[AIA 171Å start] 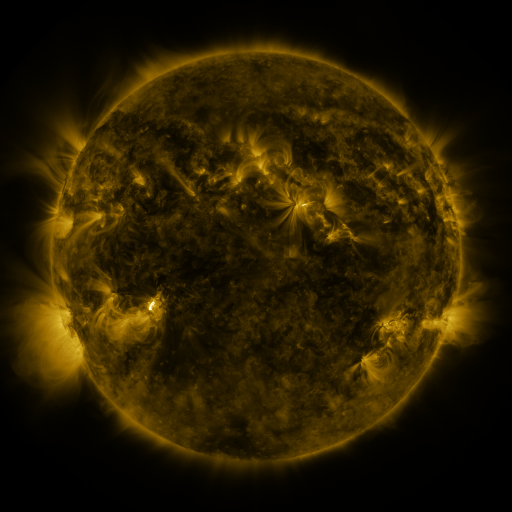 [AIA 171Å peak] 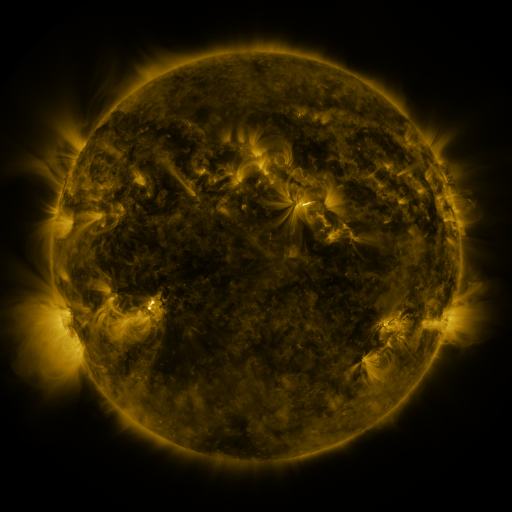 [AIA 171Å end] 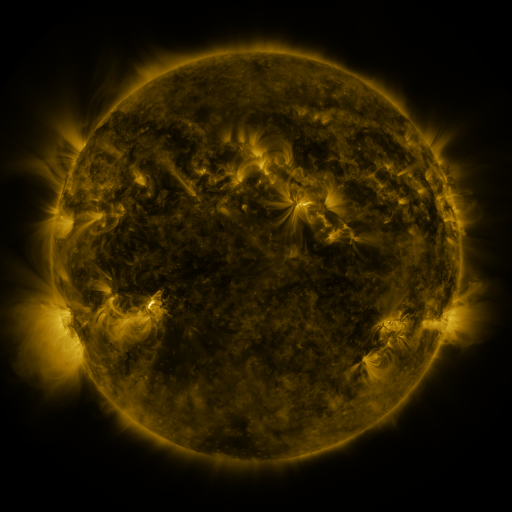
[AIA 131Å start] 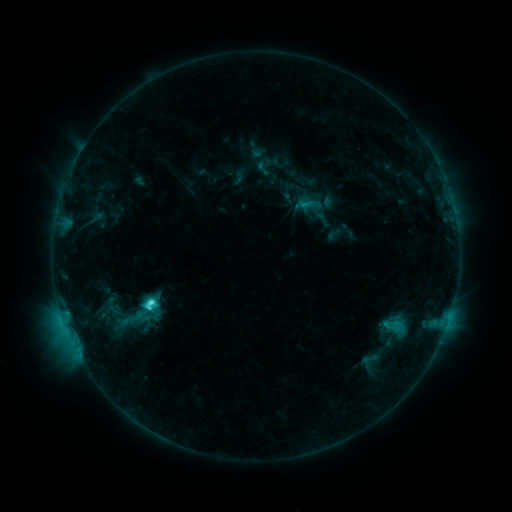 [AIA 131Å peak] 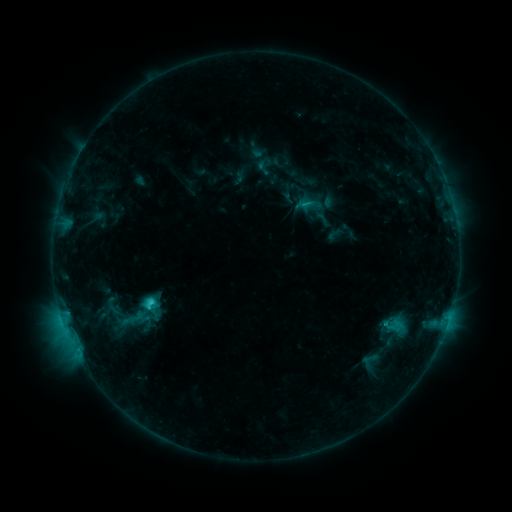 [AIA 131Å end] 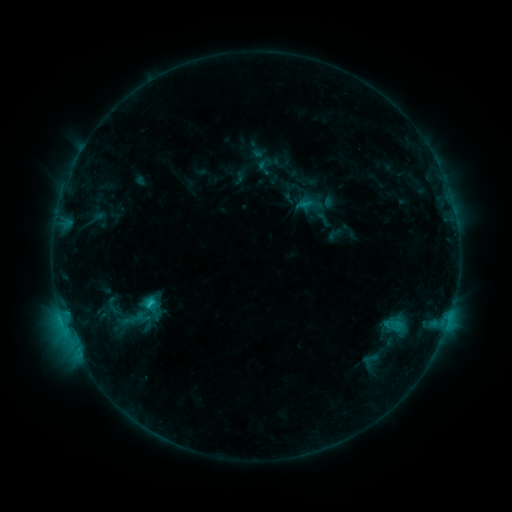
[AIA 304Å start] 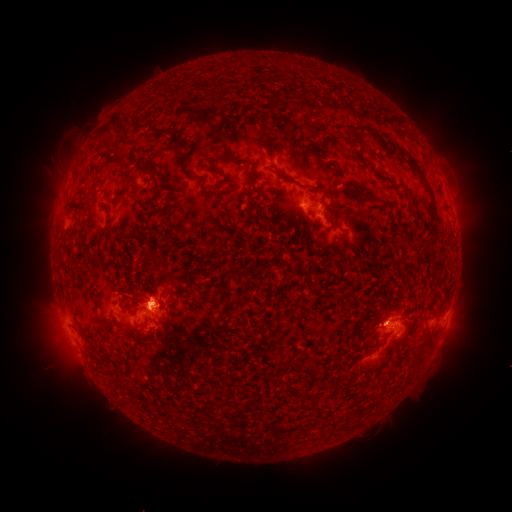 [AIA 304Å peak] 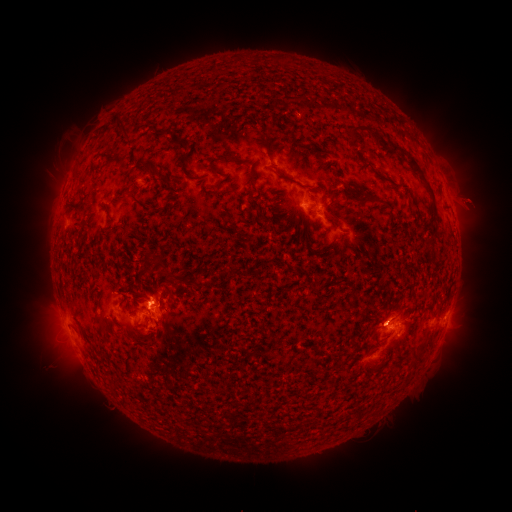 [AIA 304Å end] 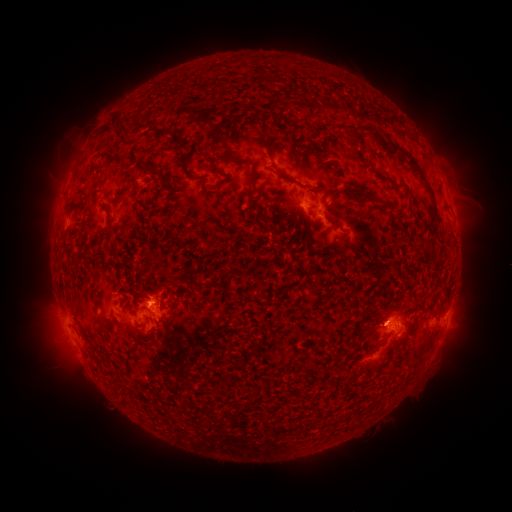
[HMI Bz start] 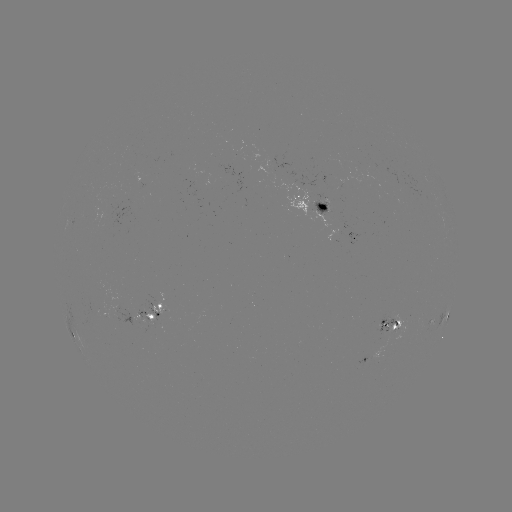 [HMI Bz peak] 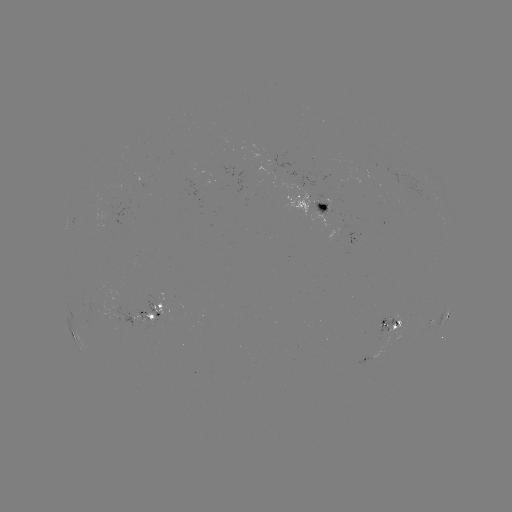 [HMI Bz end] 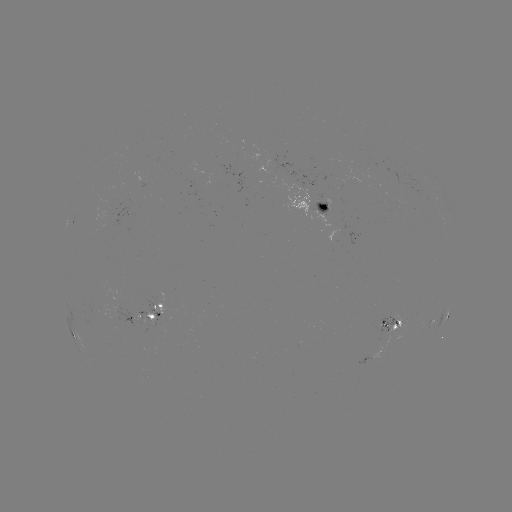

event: eruption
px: (473, 199)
